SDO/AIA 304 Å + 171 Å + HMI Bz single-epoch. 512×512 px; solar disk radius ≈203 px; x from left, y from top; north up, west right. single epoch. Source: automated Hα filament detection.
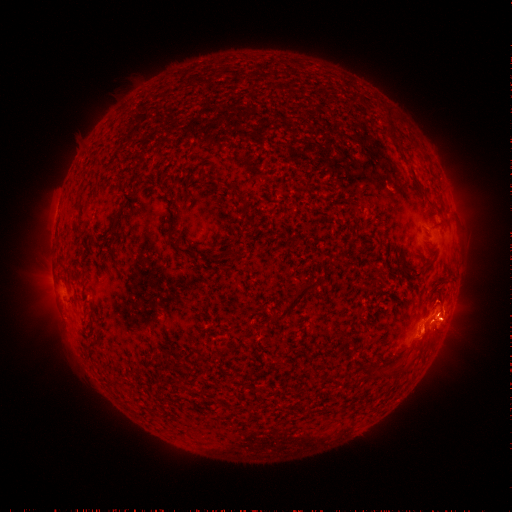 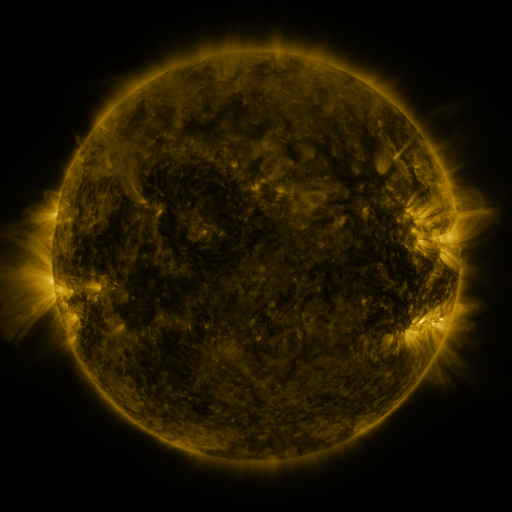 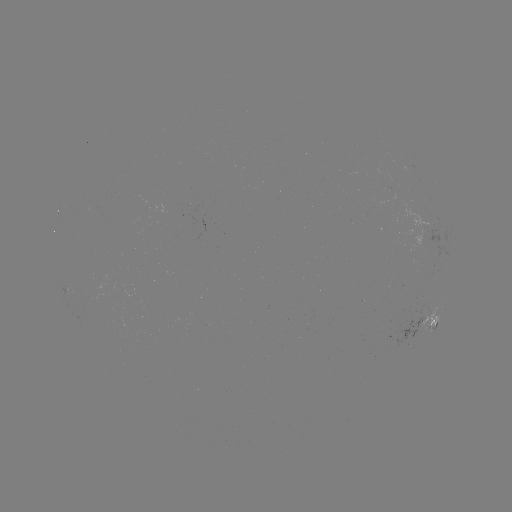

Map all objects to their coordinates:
filament: (174, 241, 200, 258)
filament: (375, 270, 385, 281)
filament: (270, 278, 325, 323)
filament: (387, 358, 407, 375)
